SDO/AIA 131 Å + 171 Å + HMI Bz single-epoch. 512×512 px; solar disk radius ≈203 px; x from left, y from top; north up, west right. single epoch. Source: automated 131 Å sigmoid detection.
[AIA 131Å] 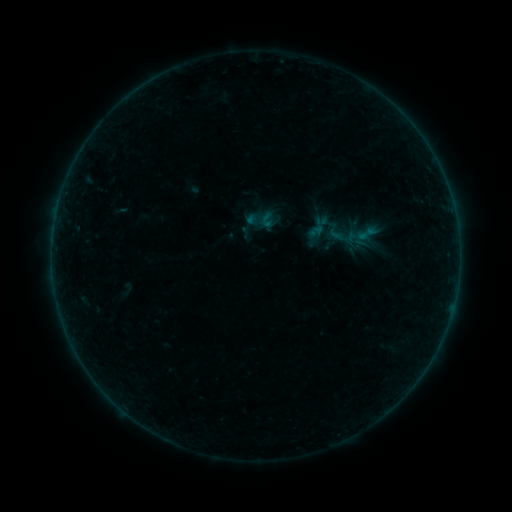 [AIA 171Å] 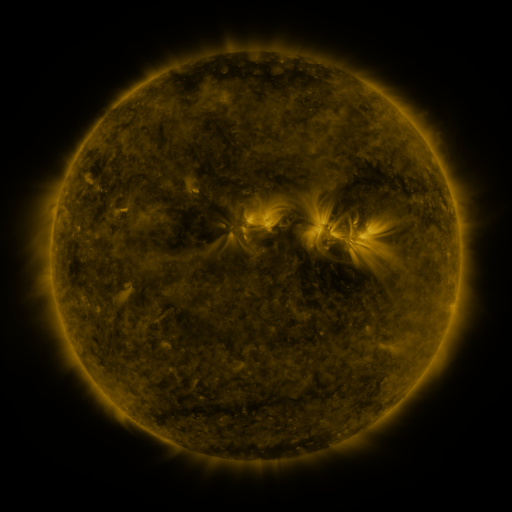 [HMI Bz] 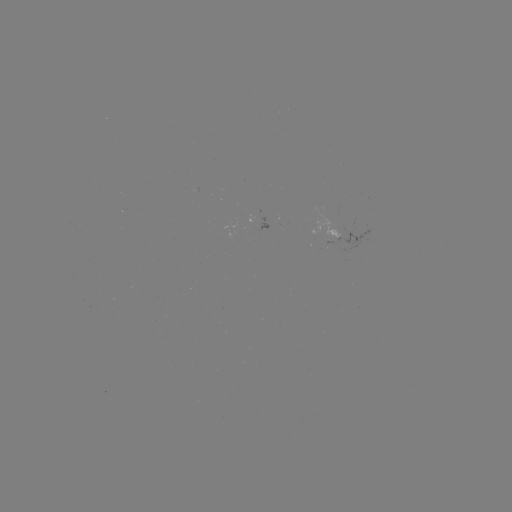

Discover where sigmoid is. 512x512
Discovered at [367, 233].